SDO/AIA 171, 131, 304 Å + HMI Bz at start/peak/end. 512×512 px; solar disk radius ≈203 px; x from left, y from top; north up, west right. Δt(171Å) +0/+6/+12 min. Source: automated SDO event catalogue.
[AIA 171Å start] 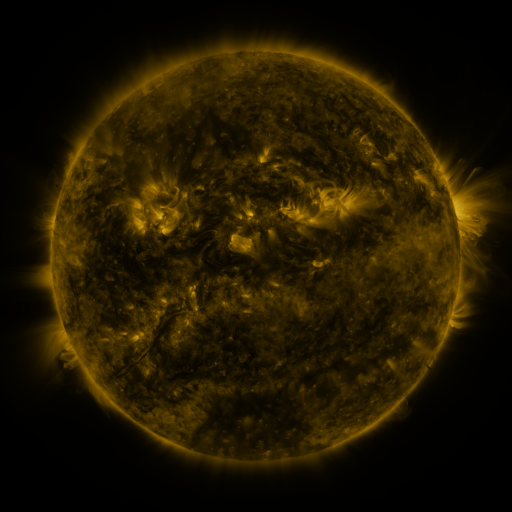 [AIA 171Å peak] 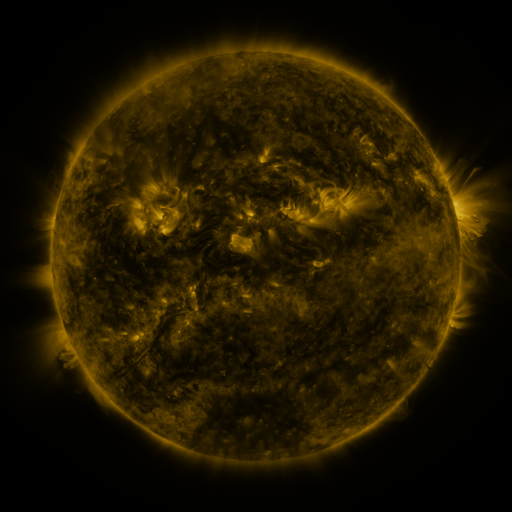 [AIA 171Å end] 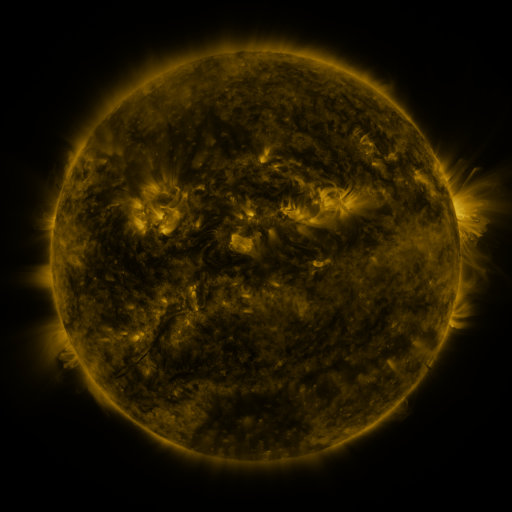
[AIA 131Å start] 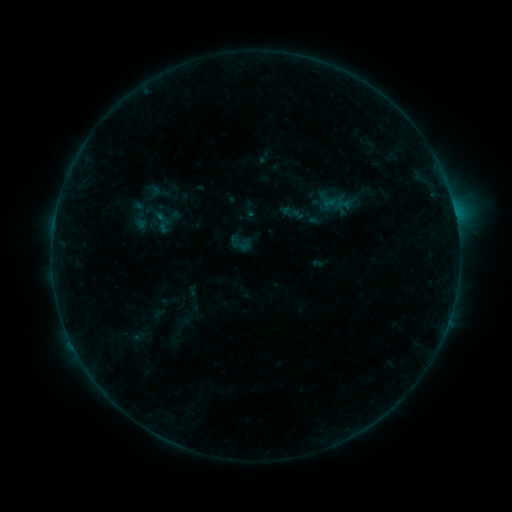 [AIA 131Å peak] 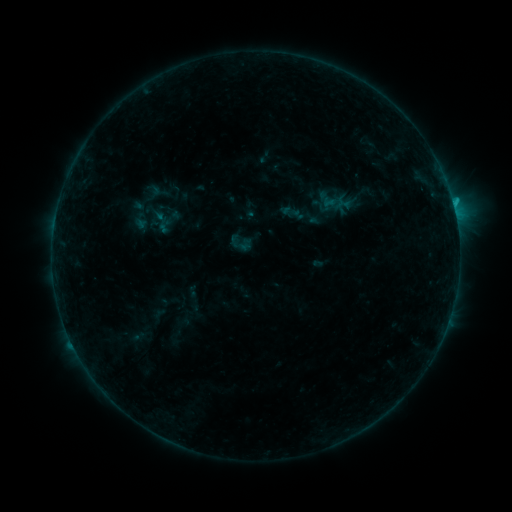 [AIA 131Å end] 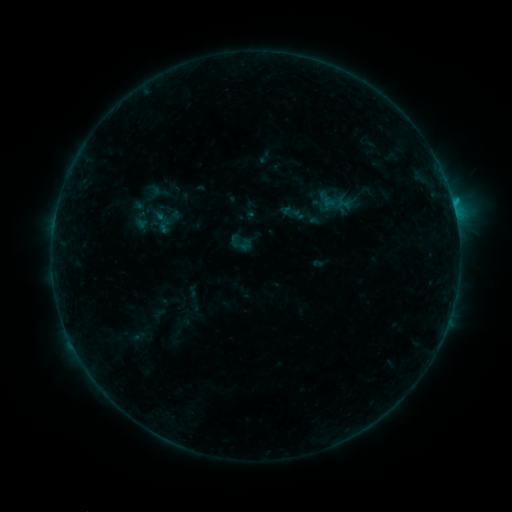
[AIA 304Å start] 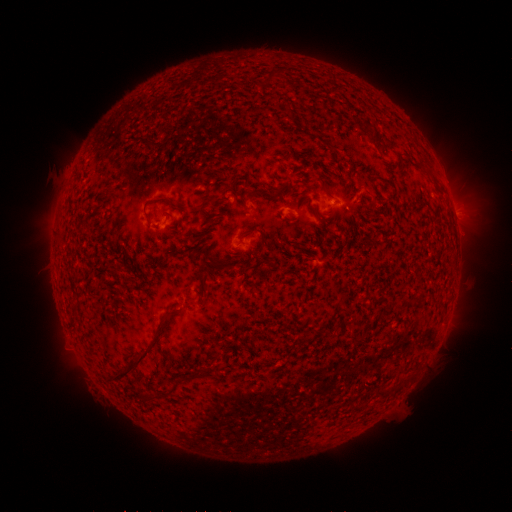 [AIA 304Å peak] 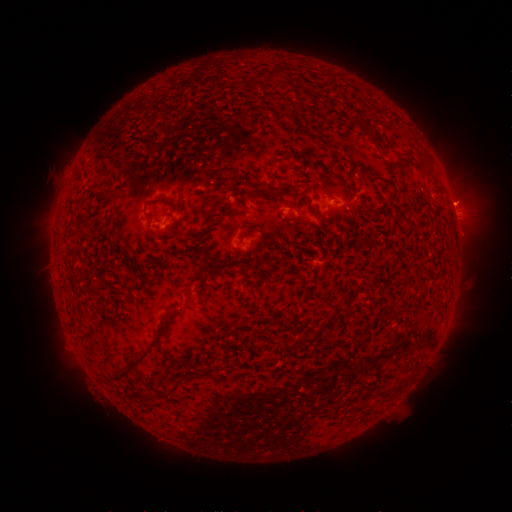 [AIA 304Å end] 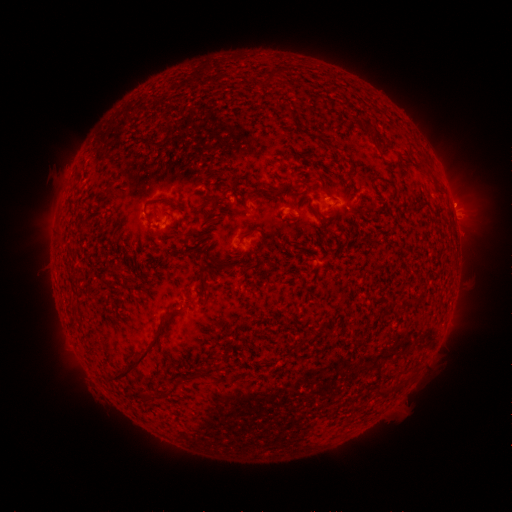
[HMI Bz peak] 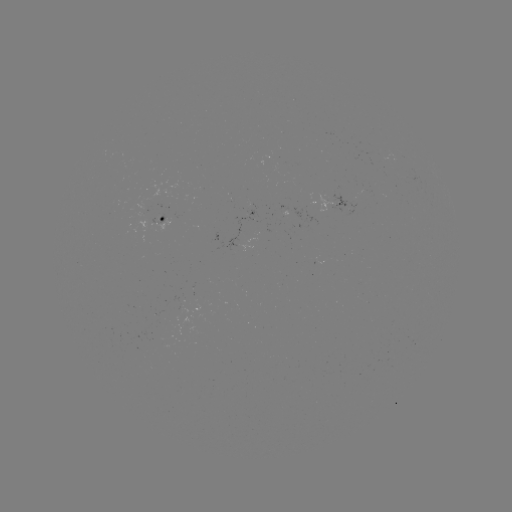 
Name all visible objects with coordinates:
eruption: (460, 202)
